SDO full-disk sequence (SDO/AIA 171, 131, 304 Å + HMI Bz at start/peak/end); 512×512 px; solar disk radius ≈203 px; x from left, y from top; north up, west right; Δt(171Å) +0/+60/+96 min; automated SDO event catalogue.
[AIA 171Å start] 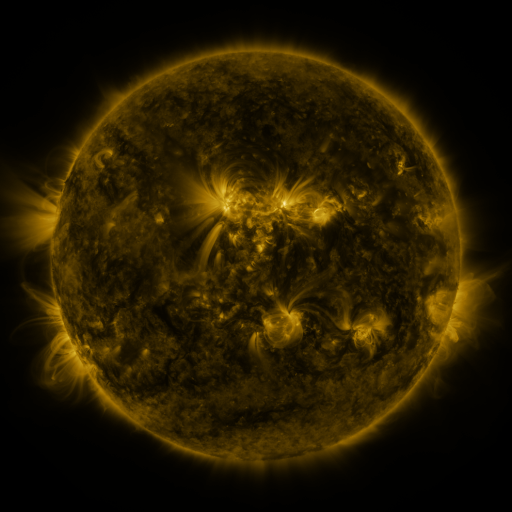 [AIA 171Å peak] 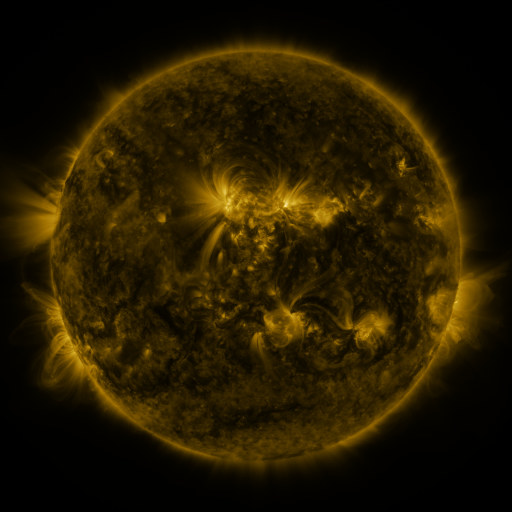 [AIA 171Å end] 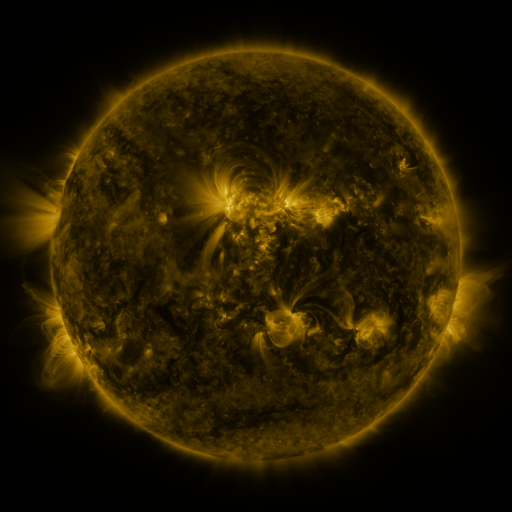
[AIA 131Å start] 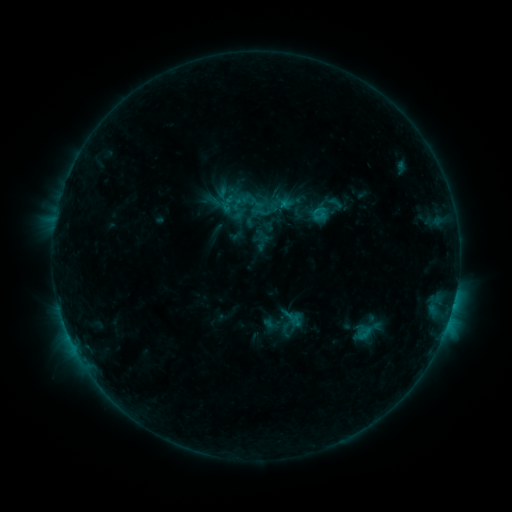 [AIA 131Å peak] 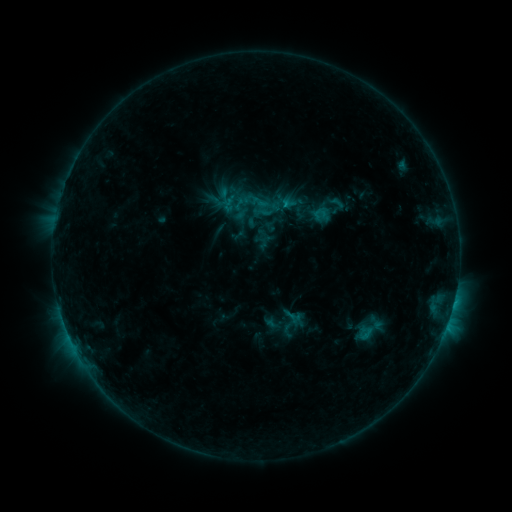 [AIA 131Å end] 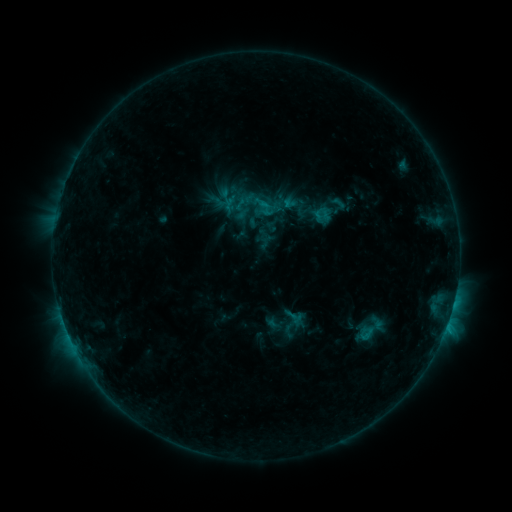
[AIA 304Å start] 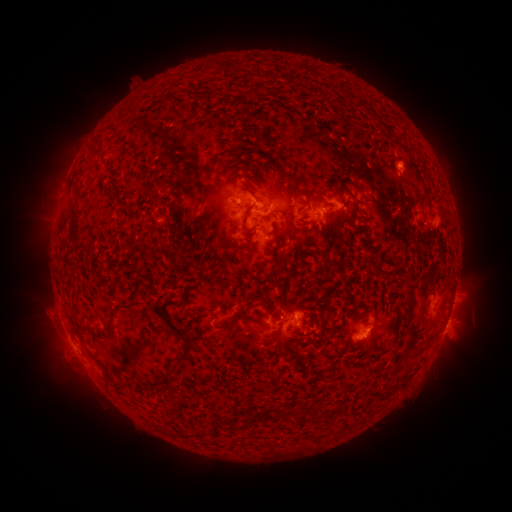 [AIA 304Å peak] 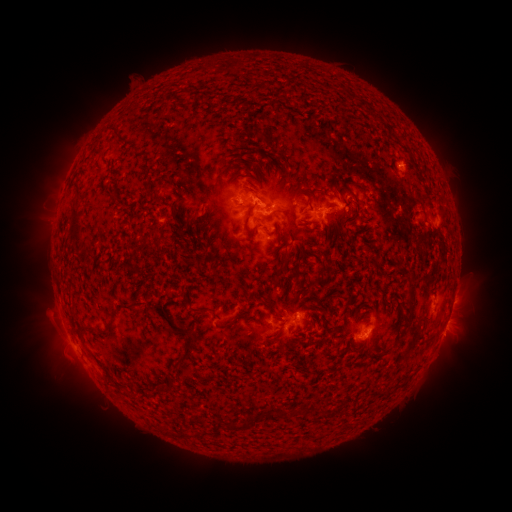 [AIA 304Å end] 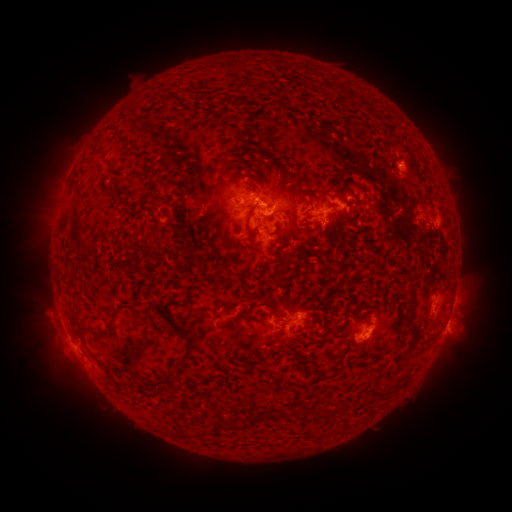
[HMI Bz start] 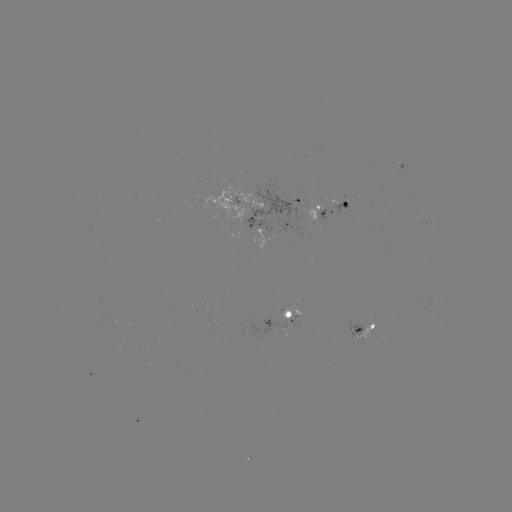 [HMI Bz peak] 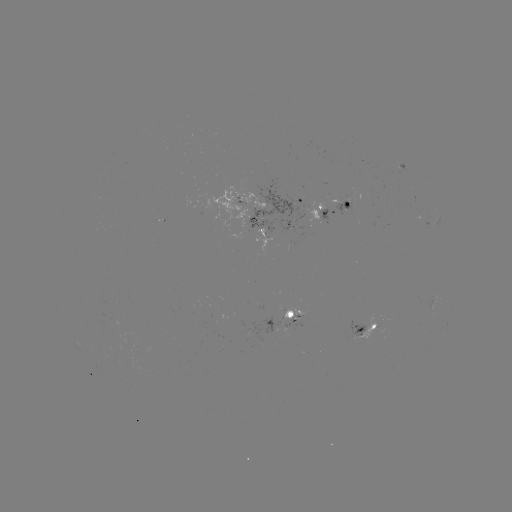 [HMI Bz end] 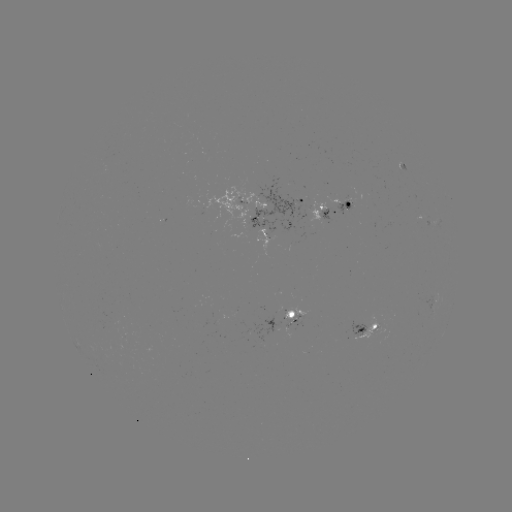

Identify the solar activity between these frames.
emerging-flux region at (293, 320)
